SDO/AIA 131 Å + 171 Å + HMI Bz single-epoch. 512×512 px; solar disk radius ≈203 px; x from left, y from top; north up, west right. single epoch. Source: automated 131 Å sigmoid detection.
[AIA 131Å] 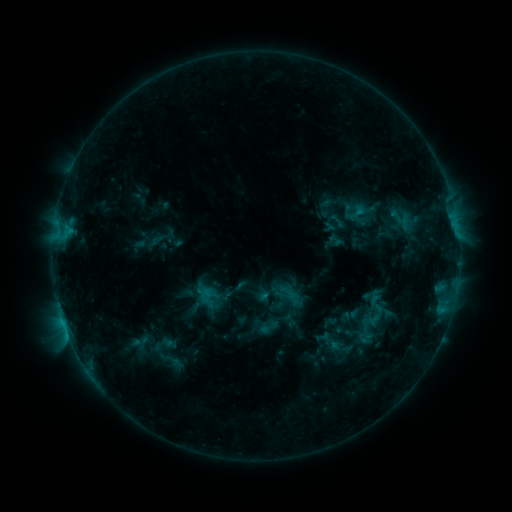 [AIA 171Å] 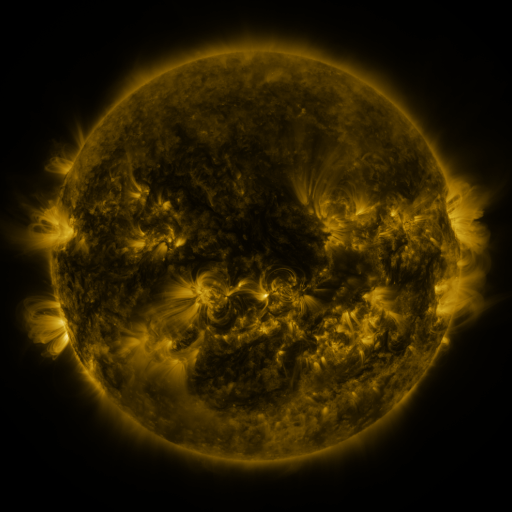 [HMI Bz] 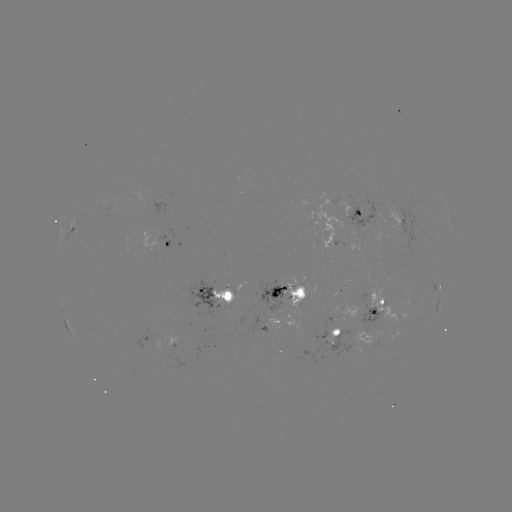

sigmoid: <bbox>364, 303, 388, 328</bbox>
